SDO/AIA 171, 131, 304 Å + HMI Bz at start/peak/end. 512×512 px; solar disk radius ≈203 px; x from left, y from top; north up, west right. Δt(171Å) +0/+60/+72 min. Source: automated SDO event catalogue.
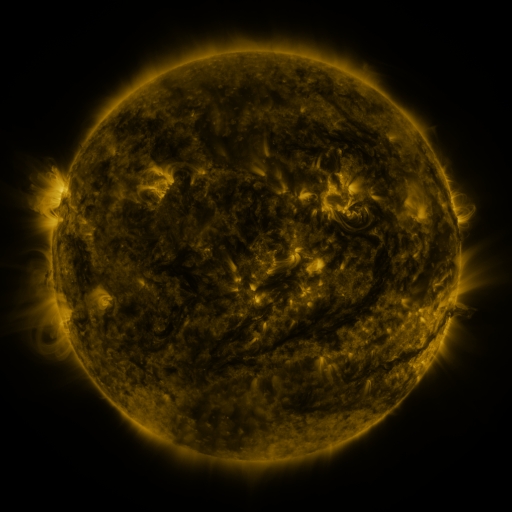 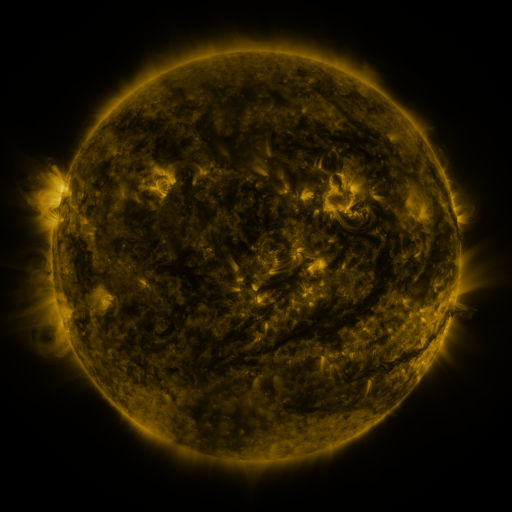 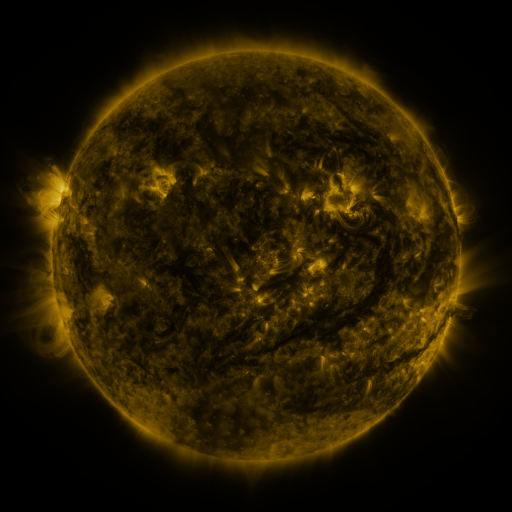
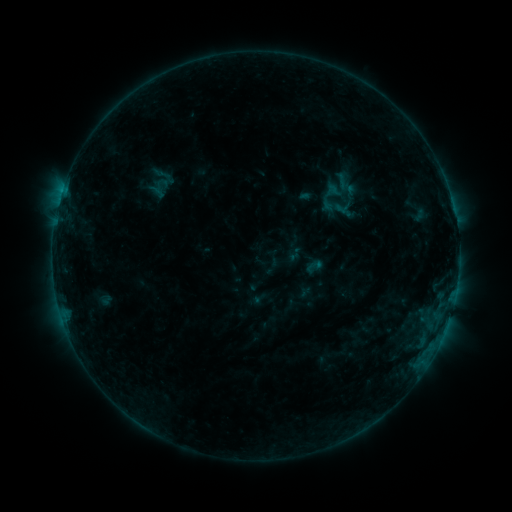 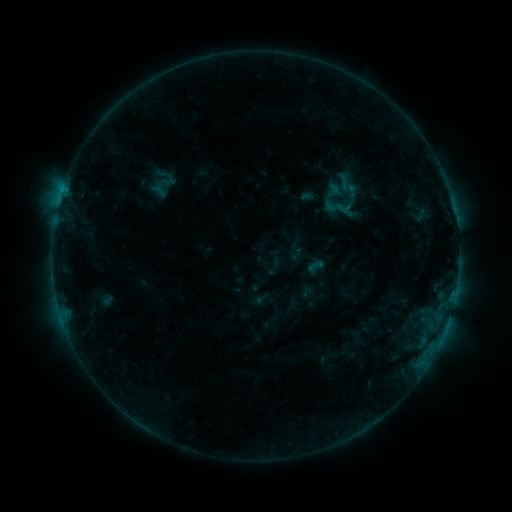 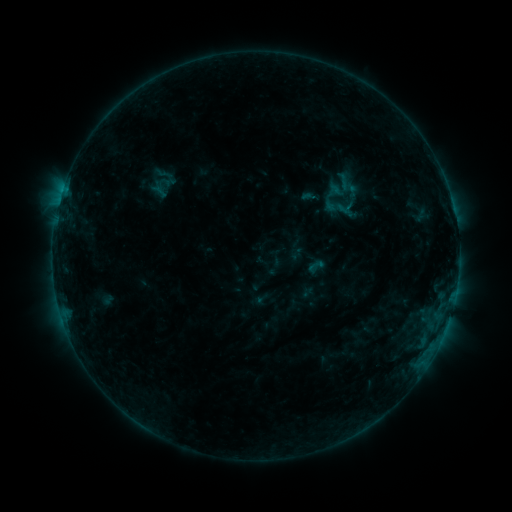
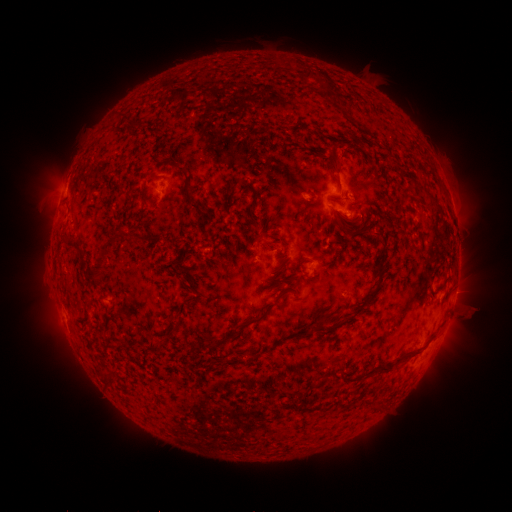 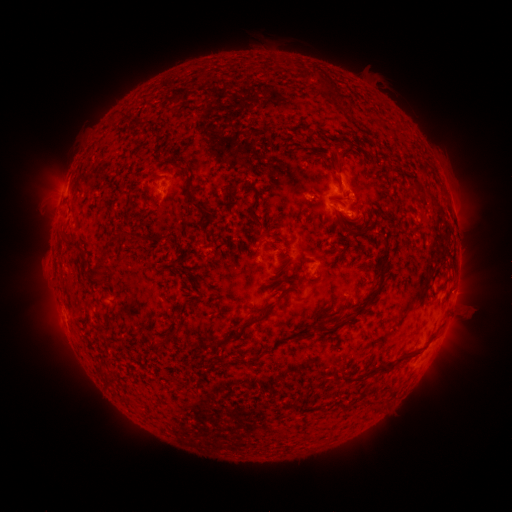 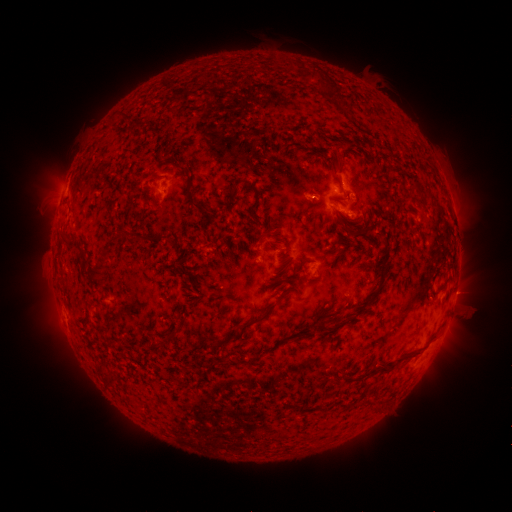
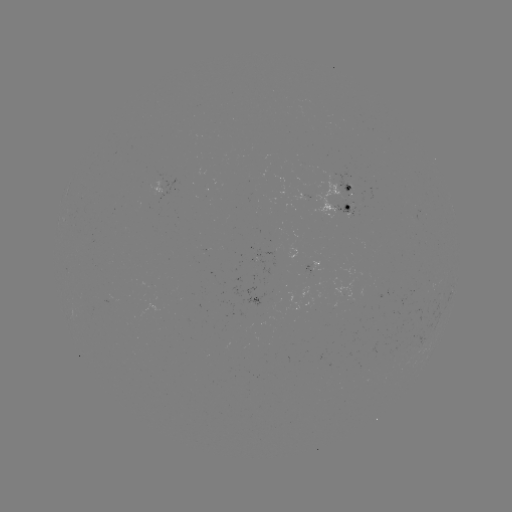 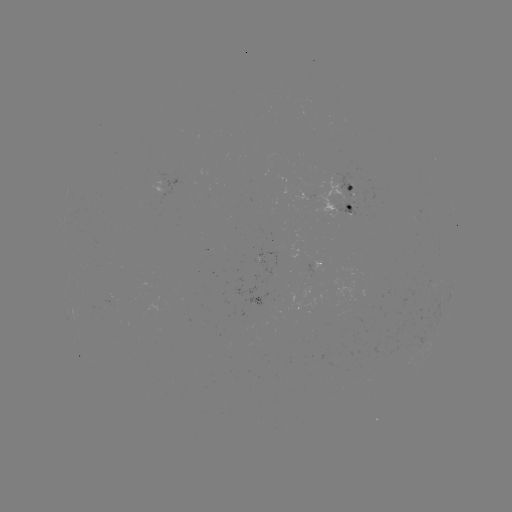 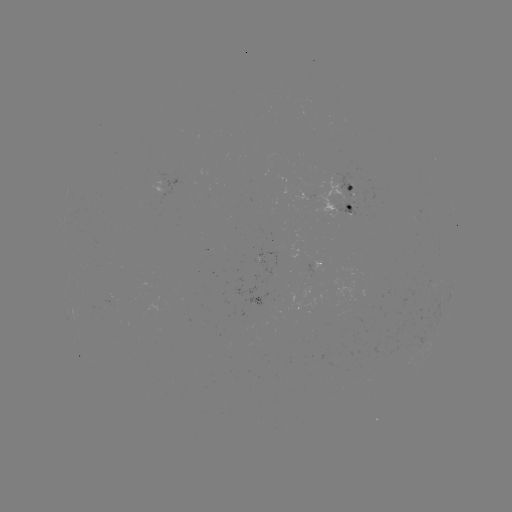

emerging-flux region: [334, 203, 355, 219]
